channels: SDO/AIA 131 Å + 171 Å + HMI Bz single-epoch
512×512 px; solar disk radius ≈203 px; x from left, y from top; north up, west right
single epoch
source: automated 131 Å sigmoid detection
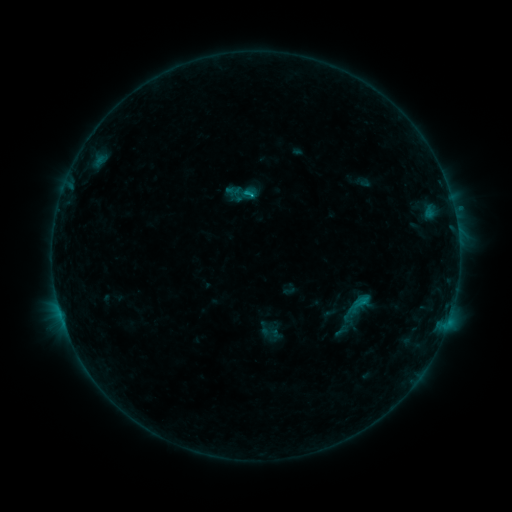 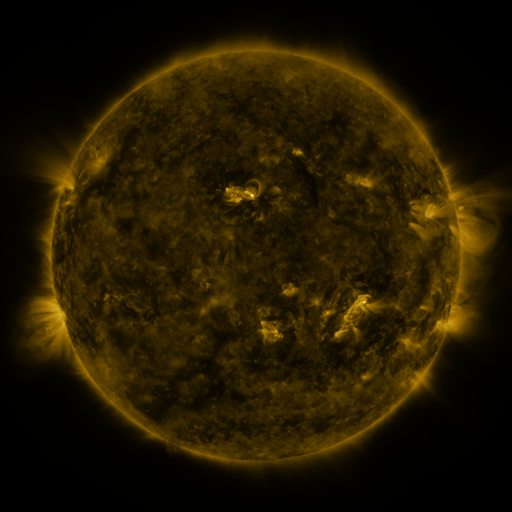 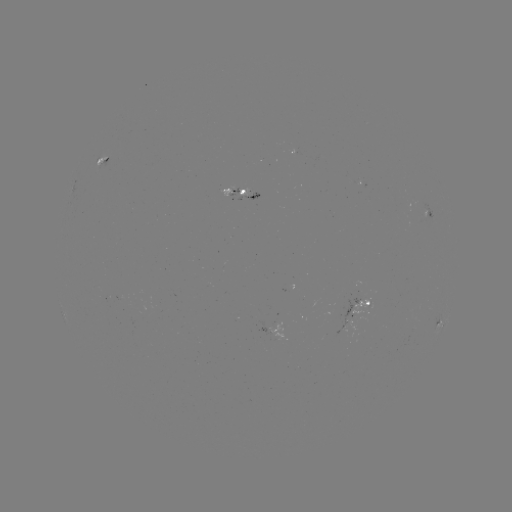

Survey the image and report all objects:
sigmoid: [240, 186, 257, 202]
